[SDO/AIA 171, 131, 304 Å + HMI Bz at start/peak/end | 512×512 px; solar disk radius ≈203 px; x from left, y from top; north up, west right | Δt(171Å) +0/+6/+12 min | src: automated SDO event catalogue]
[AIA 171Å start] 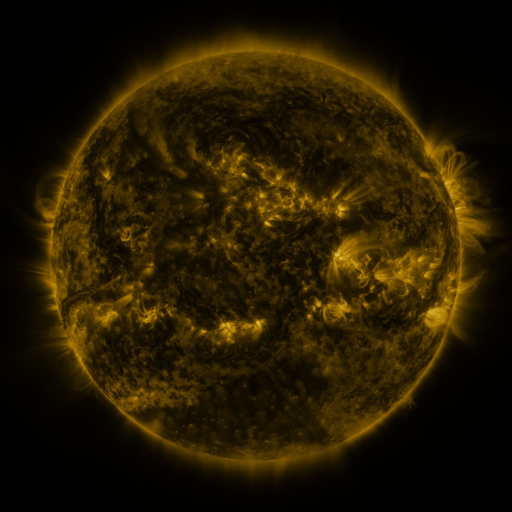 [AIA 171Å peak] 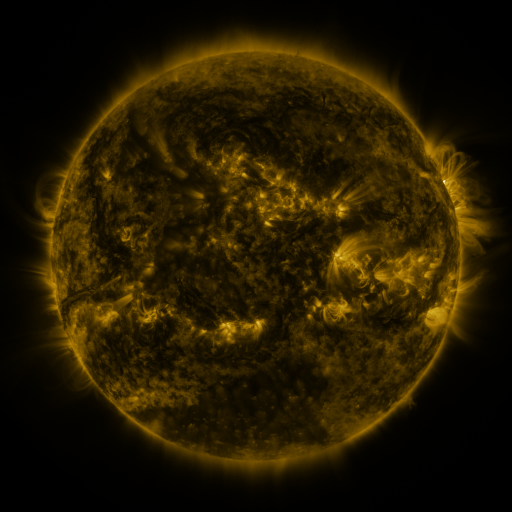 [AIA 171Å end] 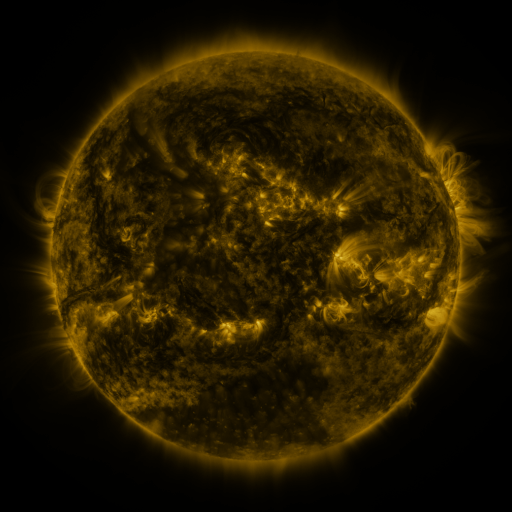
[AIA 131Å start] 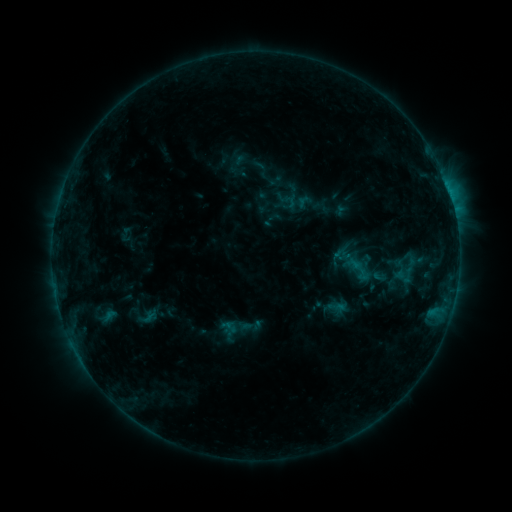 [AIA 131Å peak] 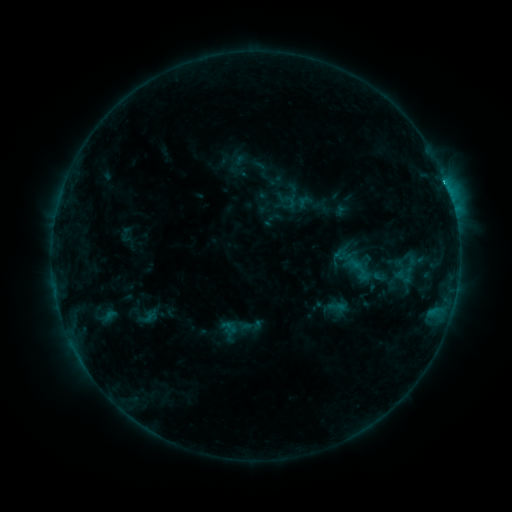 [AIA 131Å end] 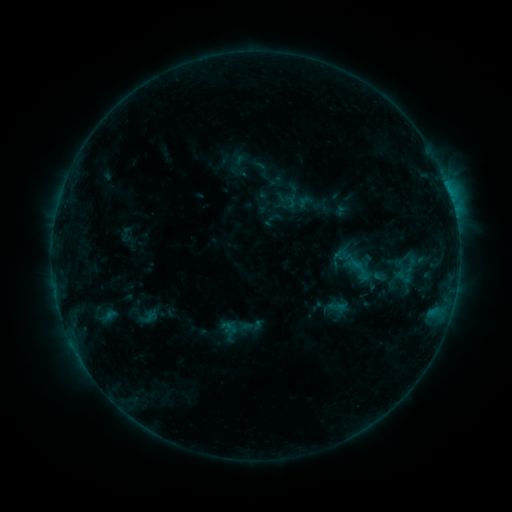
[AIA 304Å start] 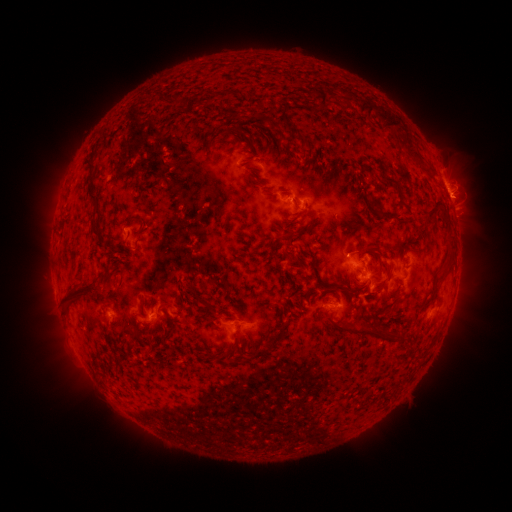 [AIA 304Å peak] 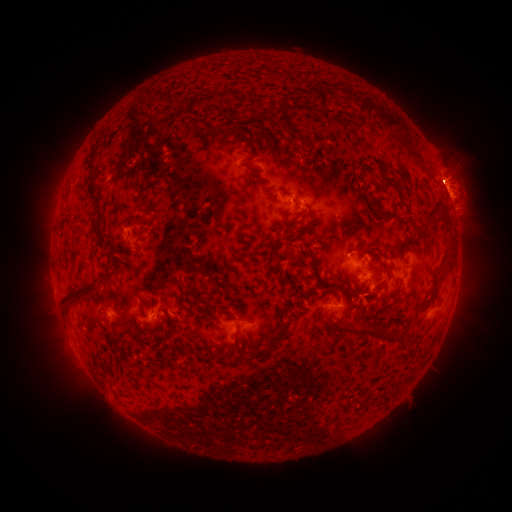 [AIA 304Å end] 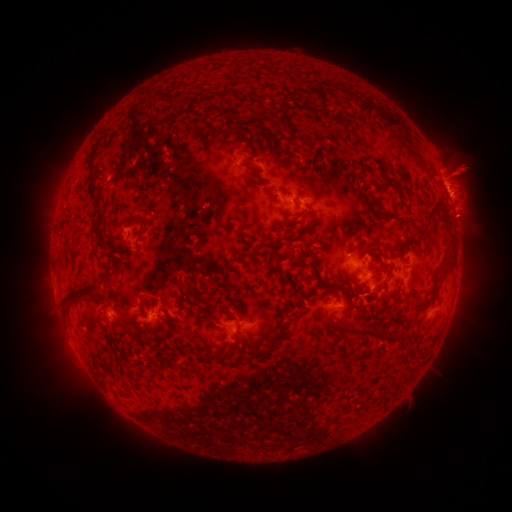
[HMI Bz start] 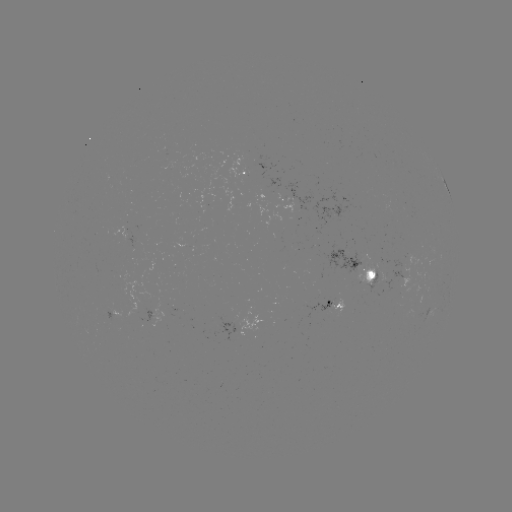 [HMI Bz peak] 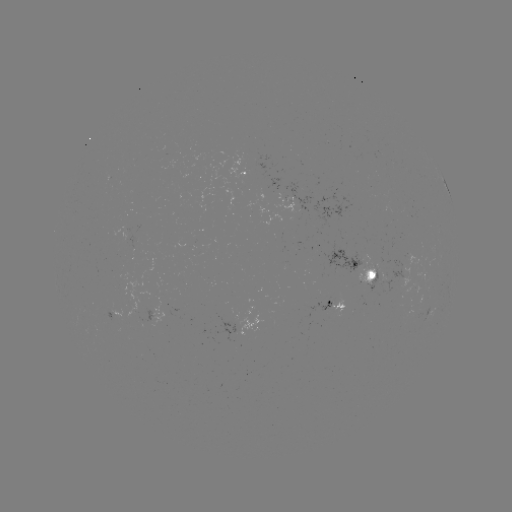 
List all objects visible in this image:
C1.4 flare: (444, 186)
